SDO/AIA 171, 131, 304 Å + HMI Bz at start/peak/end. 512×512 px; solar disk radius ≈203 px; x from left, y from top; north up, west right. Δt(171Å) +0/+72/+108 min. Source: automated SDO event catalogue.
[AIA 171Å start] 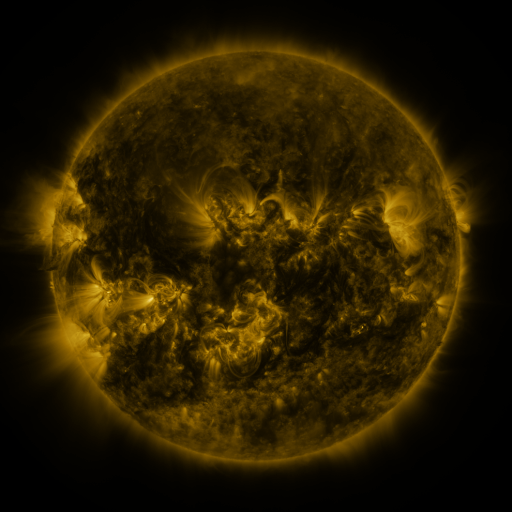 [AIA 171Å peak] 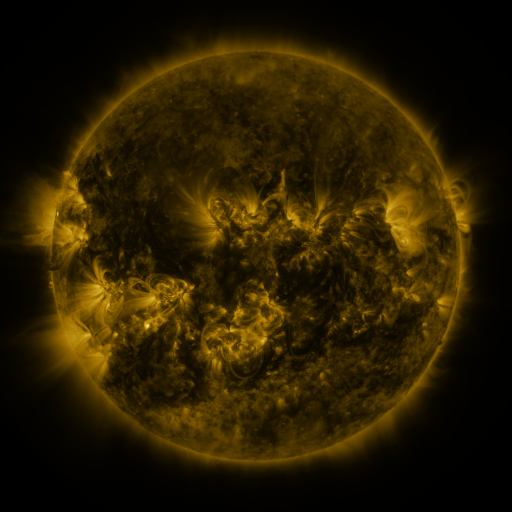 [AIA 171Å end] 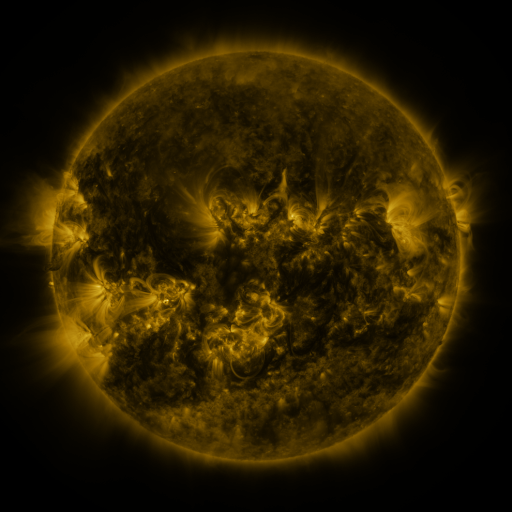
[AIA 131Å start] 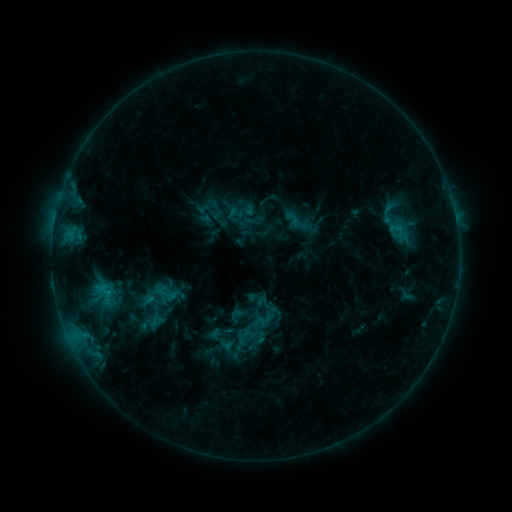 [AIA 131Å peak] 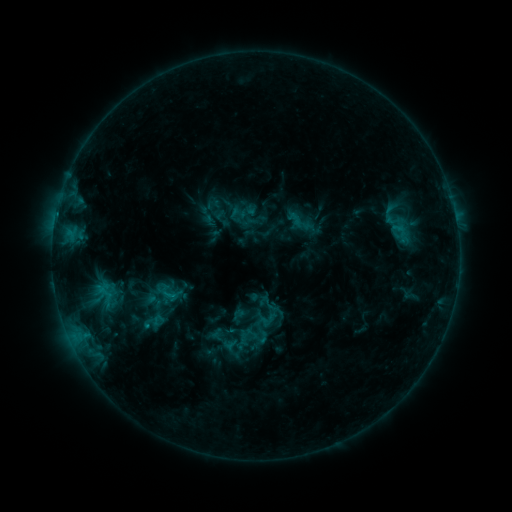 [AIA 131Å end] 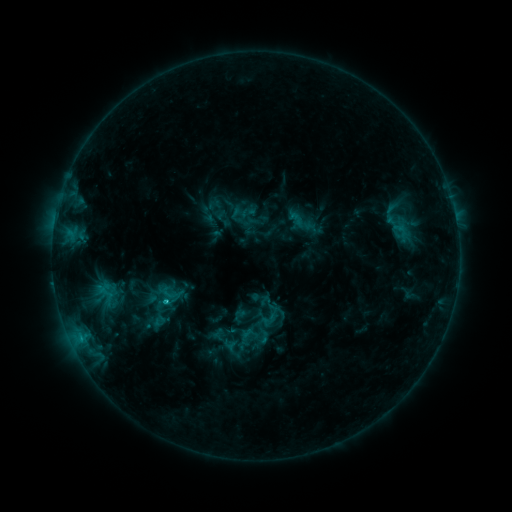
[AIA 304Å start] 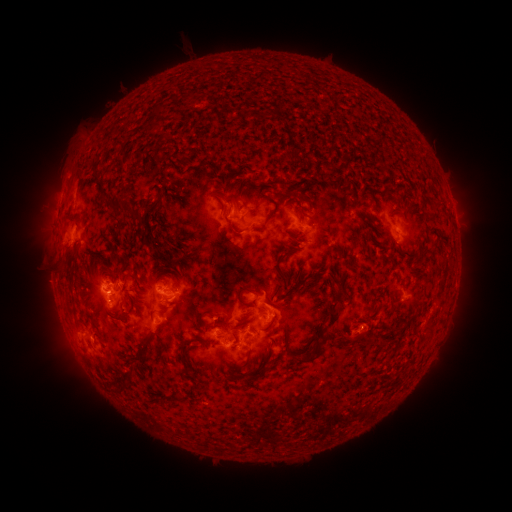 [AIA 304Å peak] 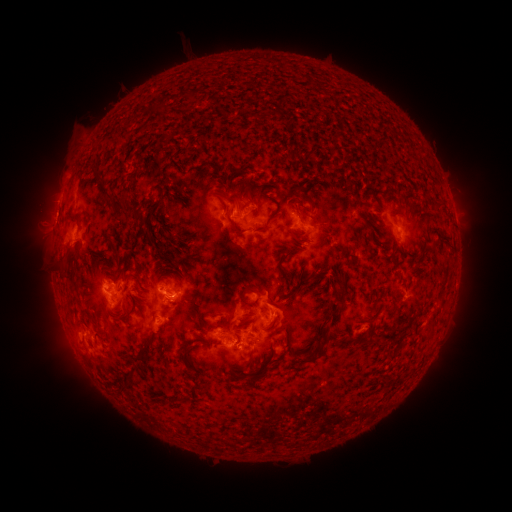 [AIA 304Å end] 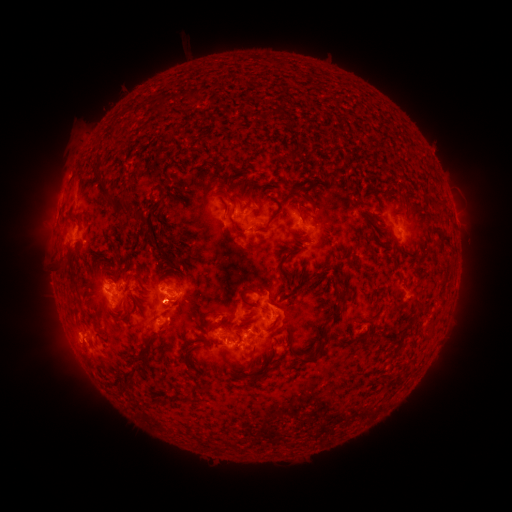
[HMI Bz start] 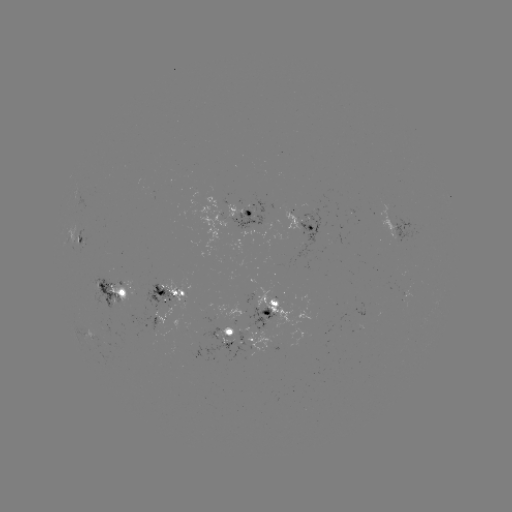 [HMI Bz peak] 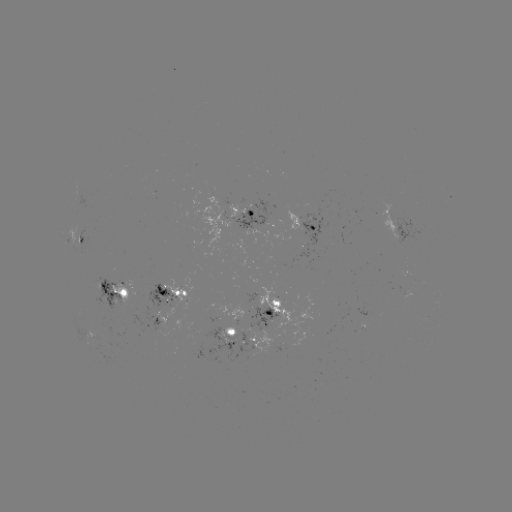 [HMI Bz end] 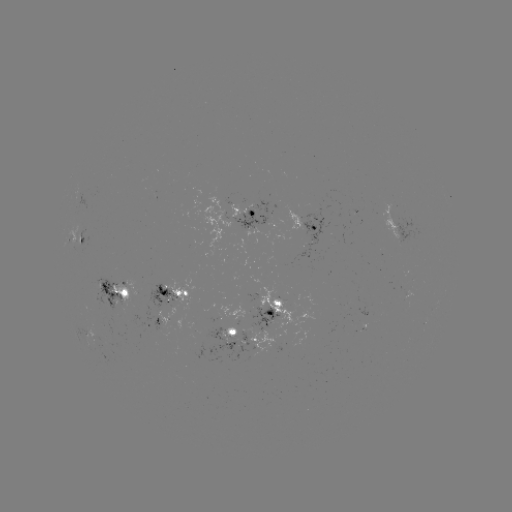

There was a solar emerging-flux region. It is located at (390, 218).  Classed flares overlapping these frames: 1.